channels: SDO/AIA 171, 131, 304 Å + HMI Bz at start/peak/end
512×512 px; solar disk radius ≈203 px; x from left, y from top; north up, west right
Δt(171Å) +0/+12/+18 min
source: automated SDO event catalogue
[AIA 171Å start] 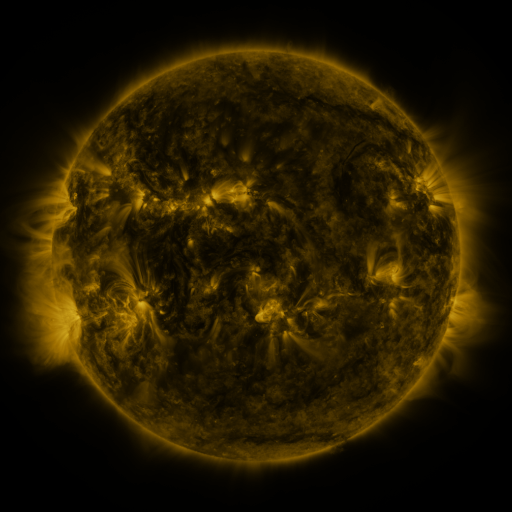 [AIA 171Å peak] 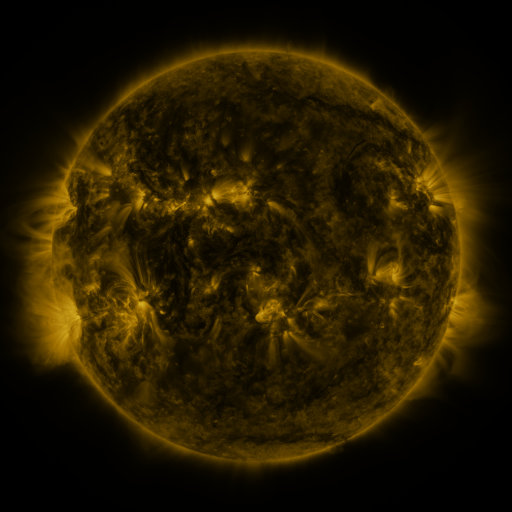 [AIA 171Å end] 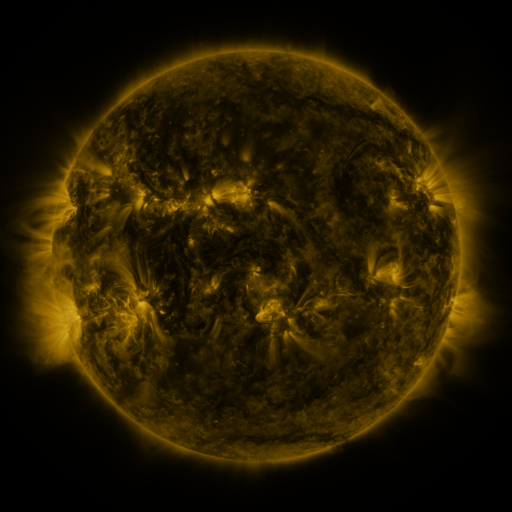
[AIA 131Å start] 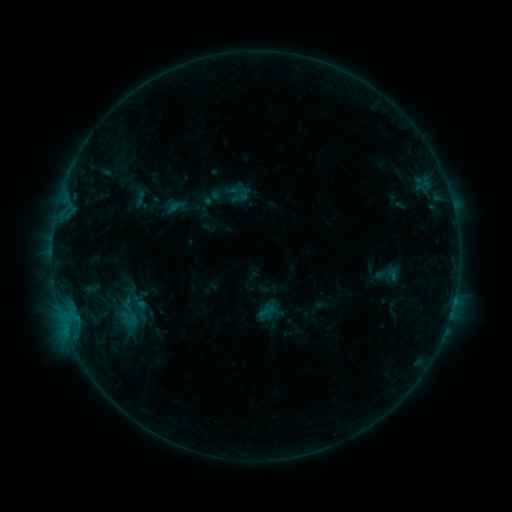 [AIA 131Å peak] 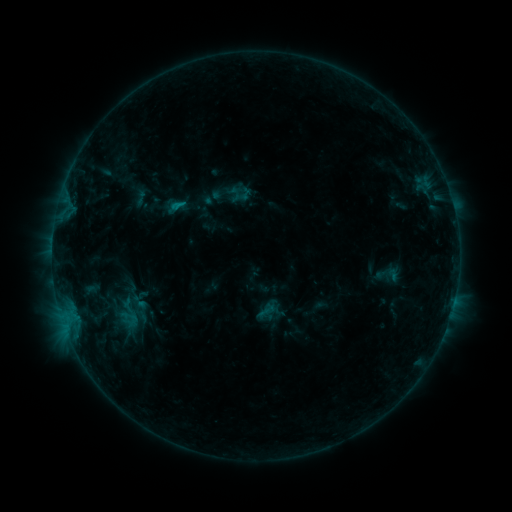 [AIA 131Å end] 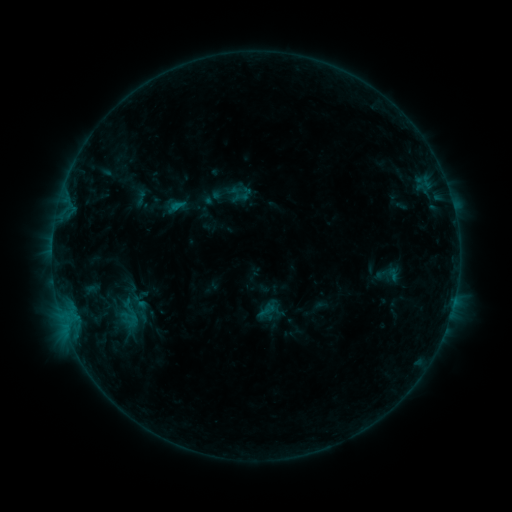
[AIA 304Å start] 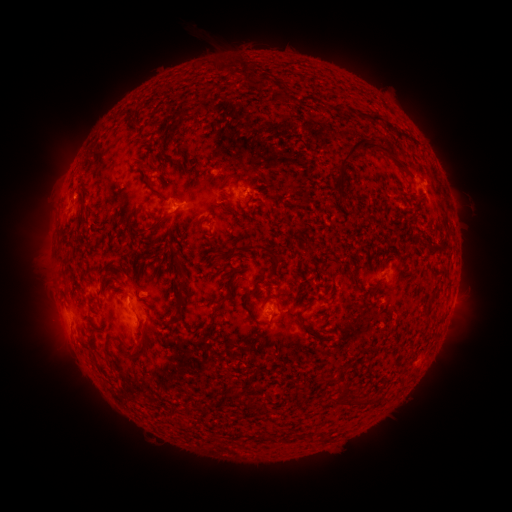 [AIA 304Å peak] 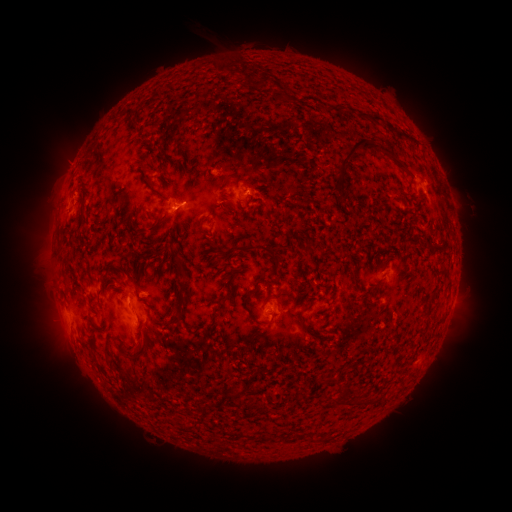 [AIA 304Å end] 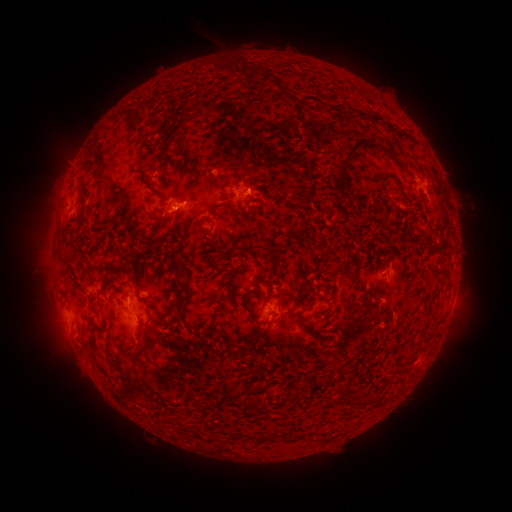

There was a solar flare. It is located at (180, 206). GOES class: B4.9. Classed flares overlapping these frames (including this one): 1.